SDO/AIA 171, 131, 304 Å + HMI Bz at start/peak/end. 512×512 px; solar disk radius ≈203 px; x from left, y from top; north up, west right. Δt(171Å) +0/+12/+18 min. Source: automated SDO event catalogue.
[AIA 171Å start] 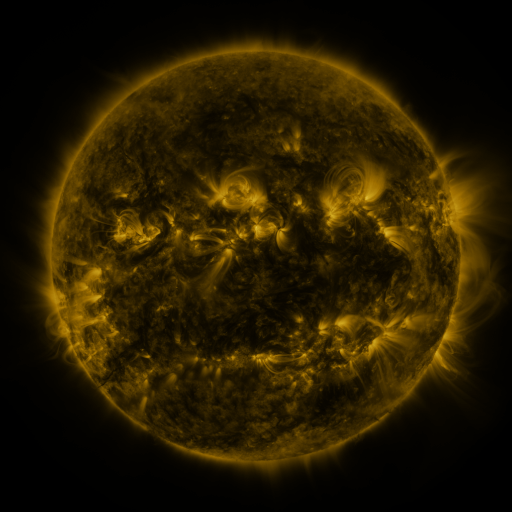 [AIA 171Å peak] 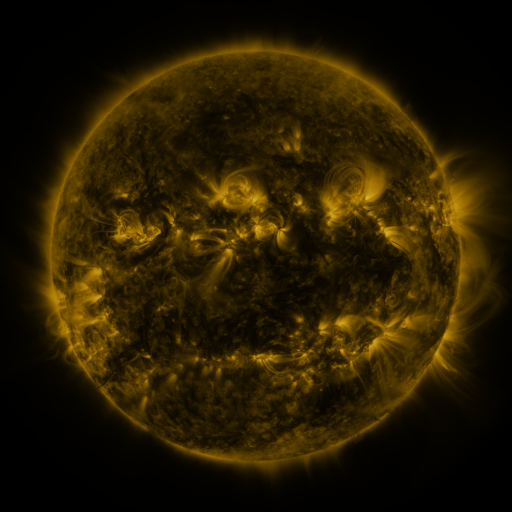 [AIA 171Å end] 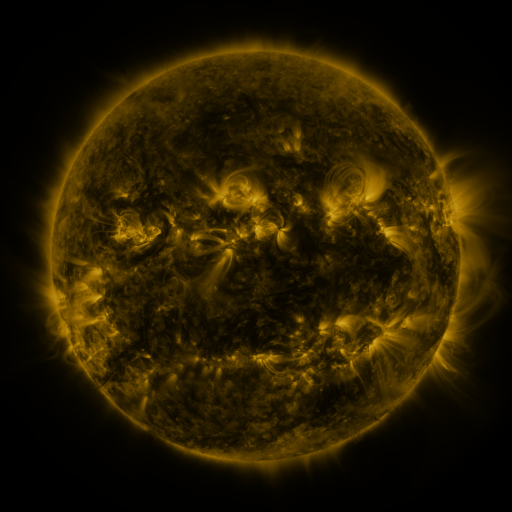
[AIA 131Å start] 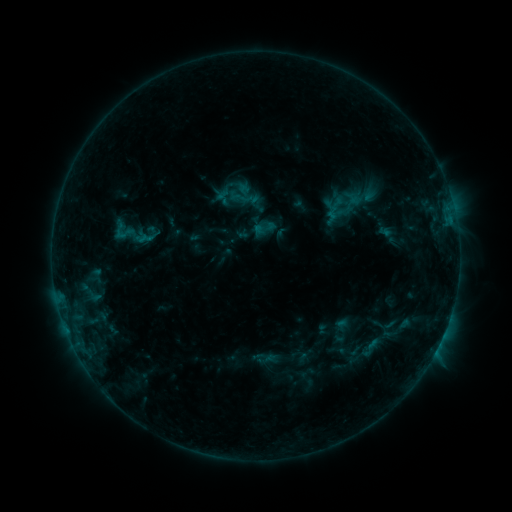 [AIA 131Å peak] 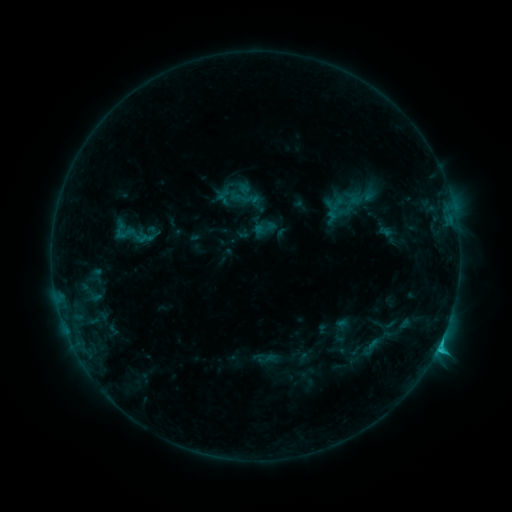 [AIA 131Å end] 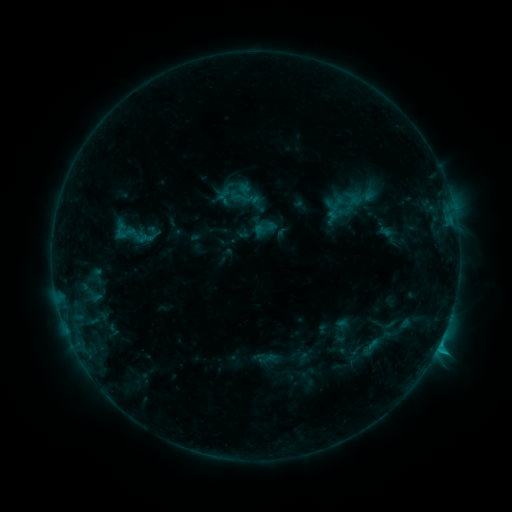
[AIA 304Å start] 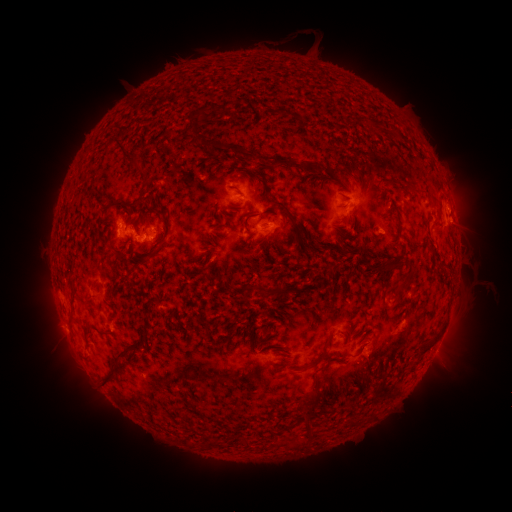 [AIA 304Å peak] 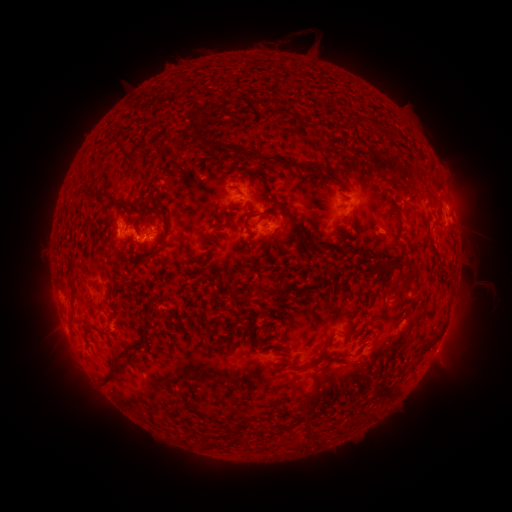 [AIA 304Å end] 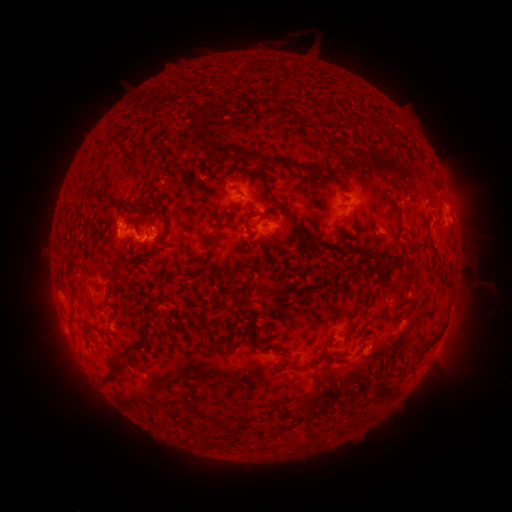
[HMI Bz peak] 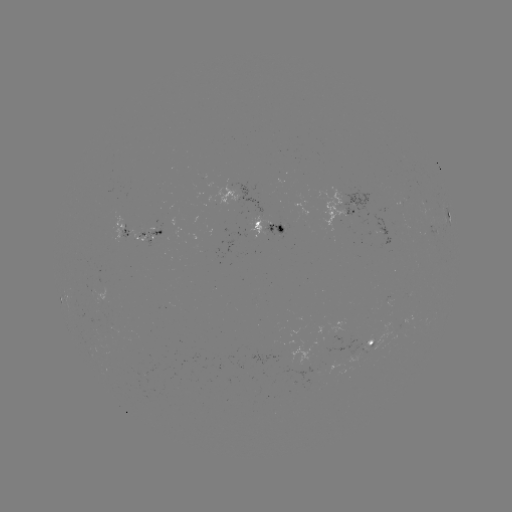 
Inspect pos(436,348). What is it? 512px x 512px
C1.4 flare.